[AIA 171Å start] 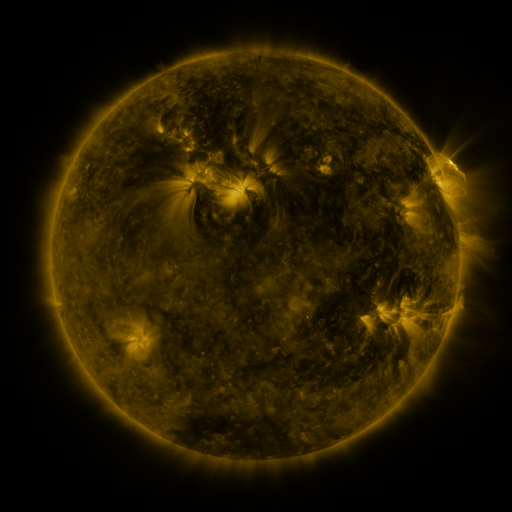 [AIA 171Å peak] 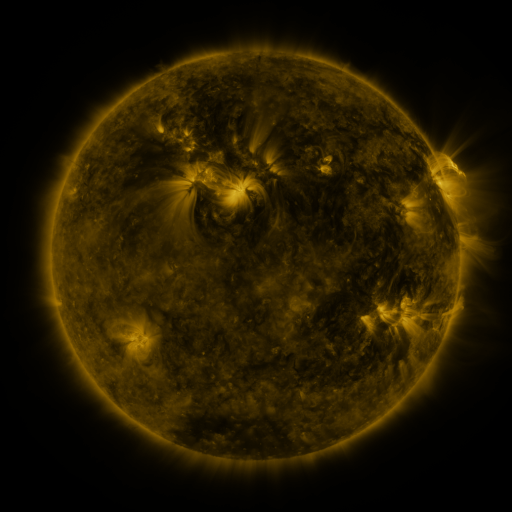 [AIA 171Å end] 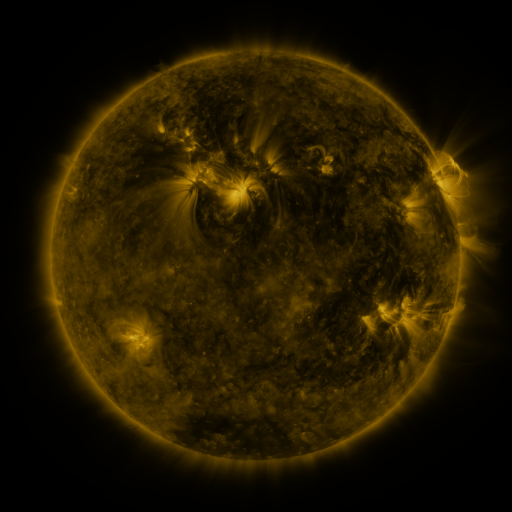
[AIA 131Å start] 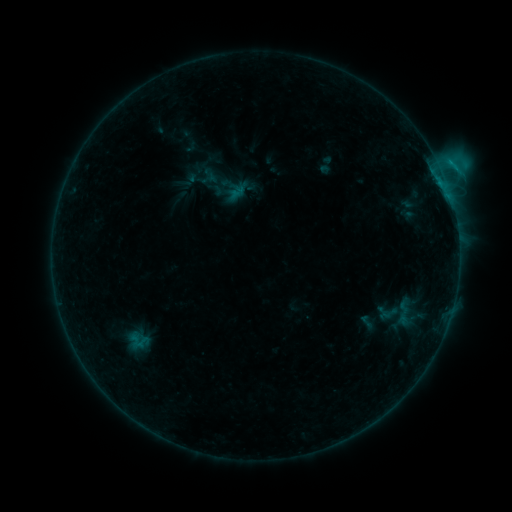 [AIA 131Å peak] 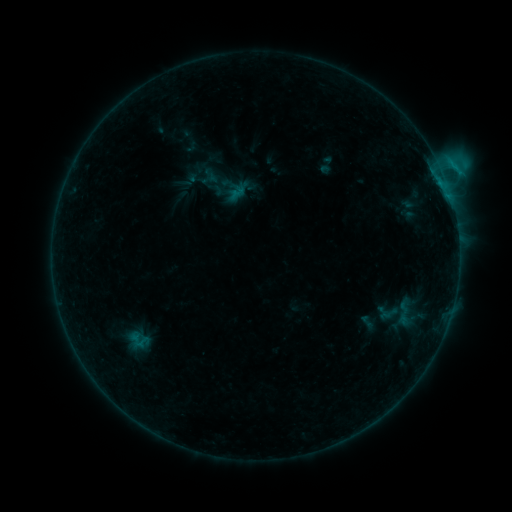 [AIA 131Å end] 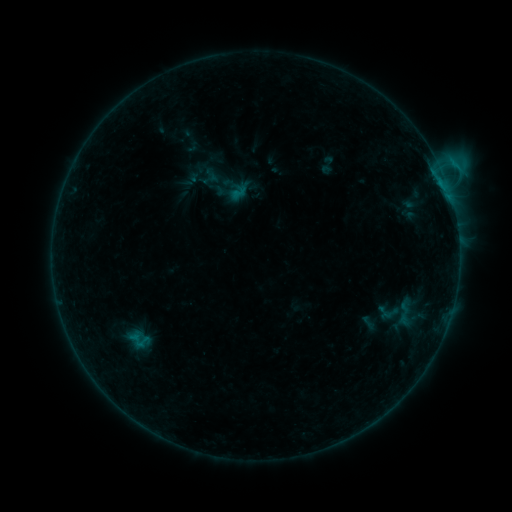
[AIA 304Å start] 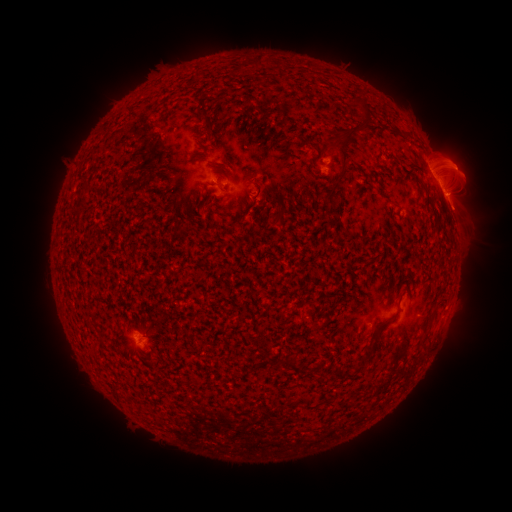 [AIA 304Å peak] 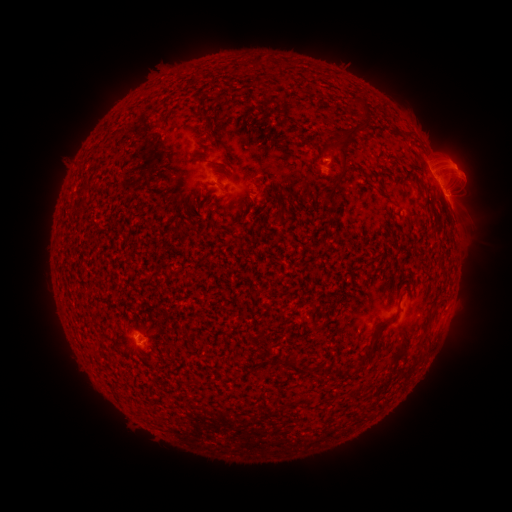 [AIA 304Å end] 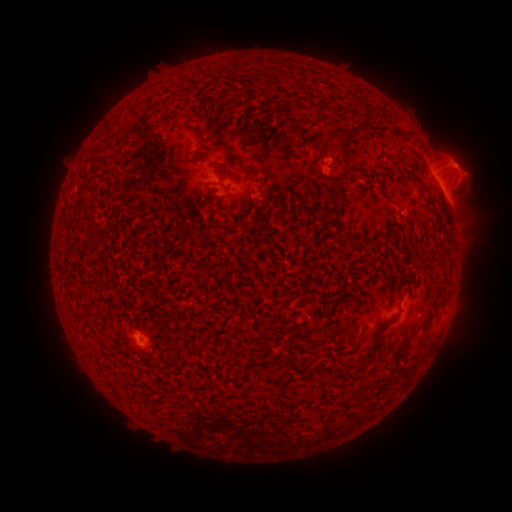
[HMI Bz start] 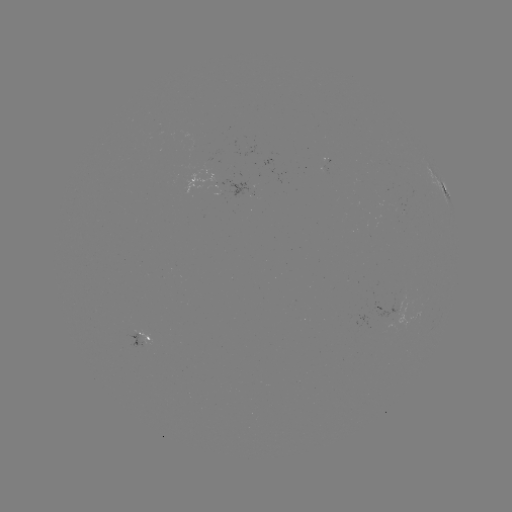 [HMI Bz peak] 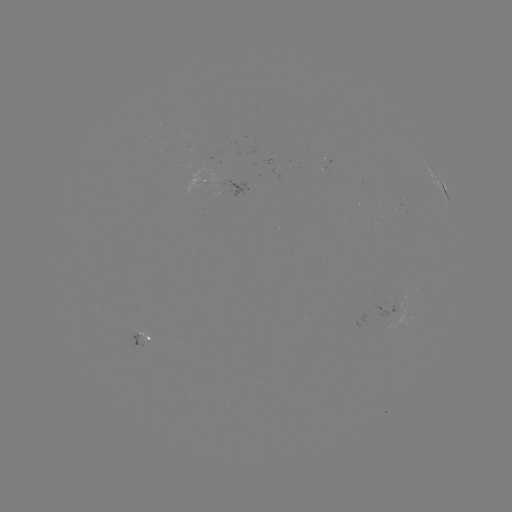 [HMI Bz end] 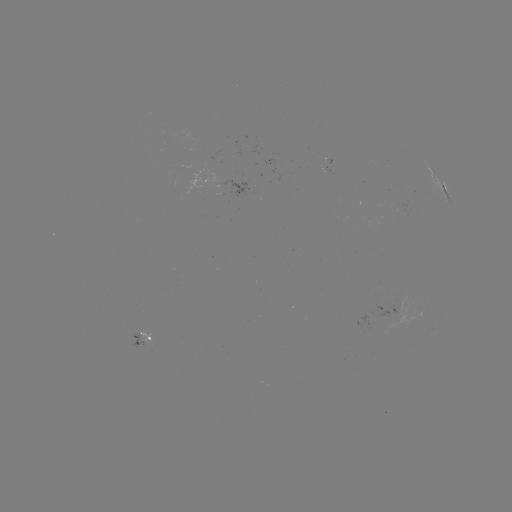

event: emerging-flux region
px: (143, 340)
